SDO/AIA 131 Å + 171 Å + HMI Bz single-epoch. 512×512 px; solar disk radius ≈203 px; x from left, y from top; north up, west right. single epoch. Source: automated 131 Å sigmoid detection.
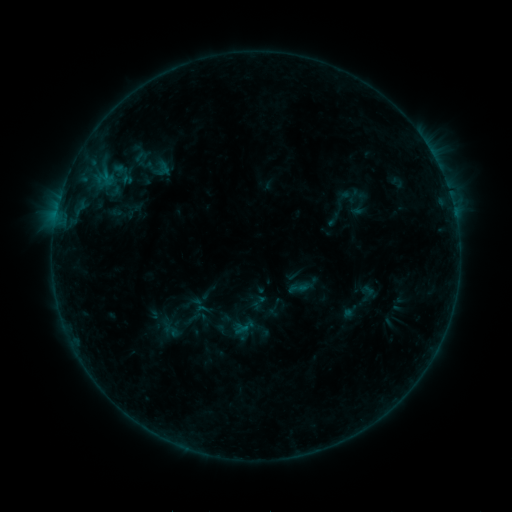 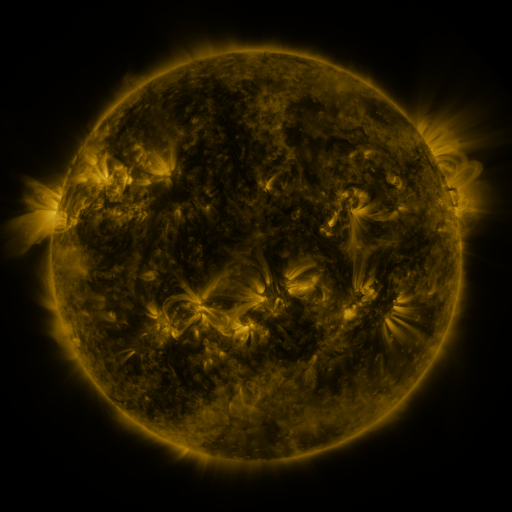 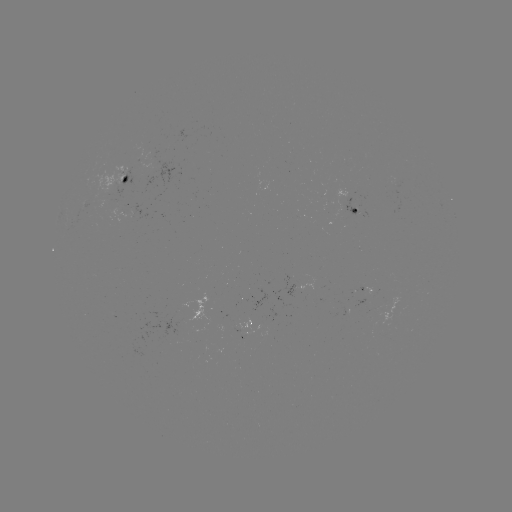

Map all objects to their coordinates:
sigmoid: <bbox>151, 157, 171, 177</bbox>
sigmoid: <bbox>287, 276, 309, 299</bbox>
sigmoid: <bbox>230, 314, 257, 339</bbox>
